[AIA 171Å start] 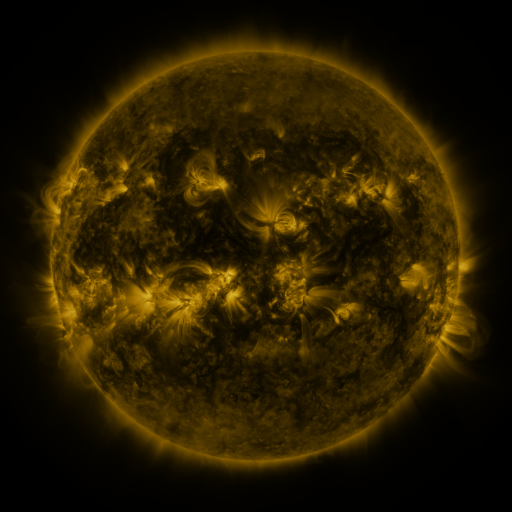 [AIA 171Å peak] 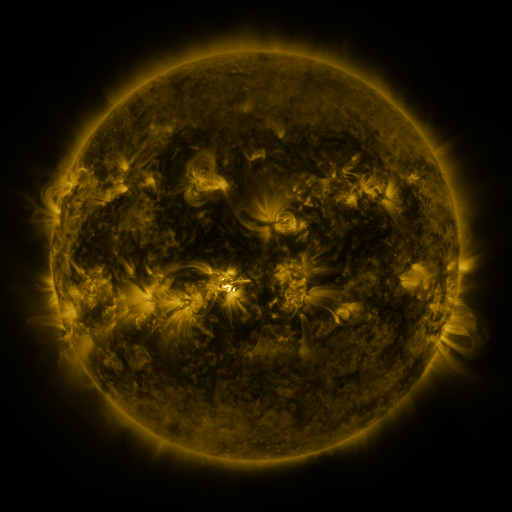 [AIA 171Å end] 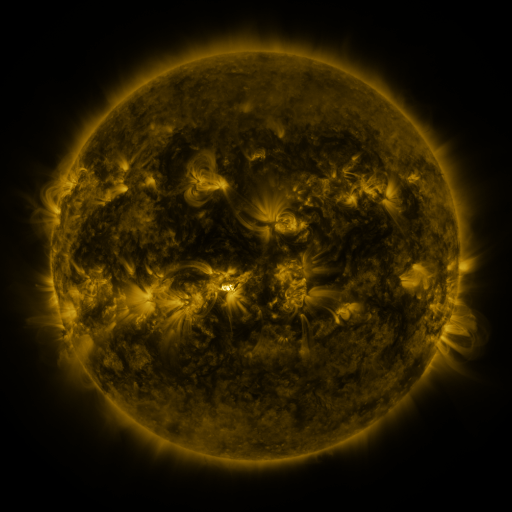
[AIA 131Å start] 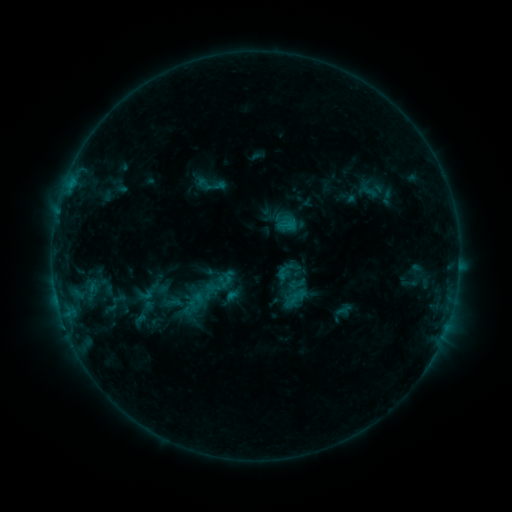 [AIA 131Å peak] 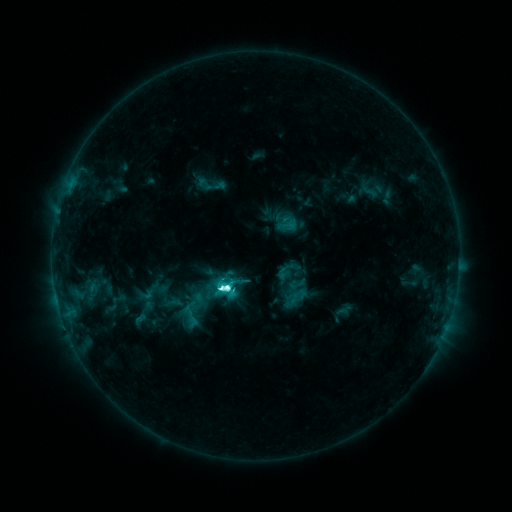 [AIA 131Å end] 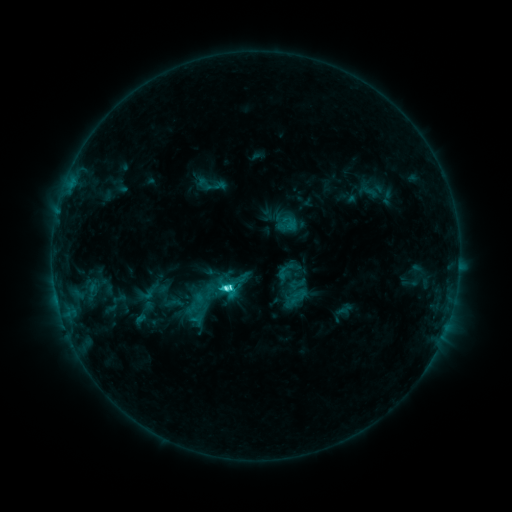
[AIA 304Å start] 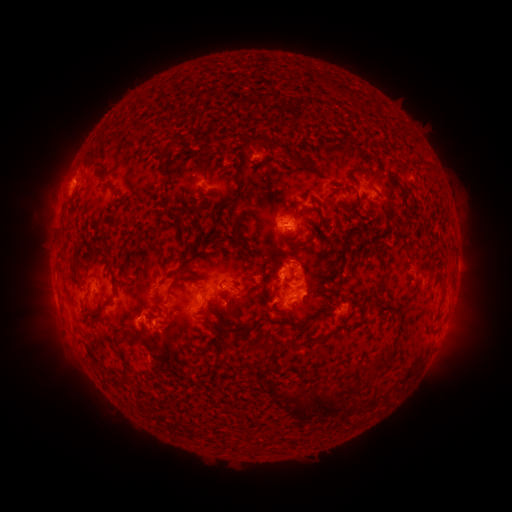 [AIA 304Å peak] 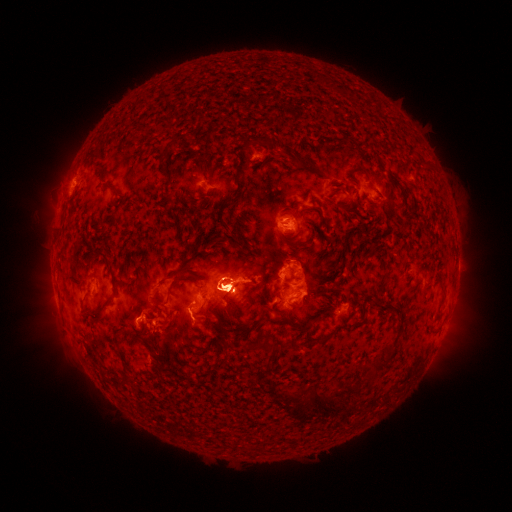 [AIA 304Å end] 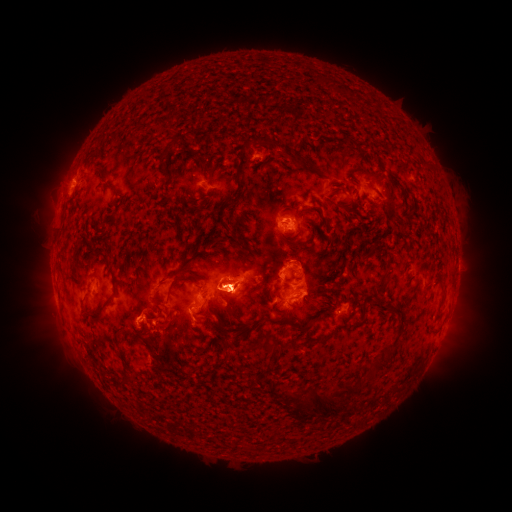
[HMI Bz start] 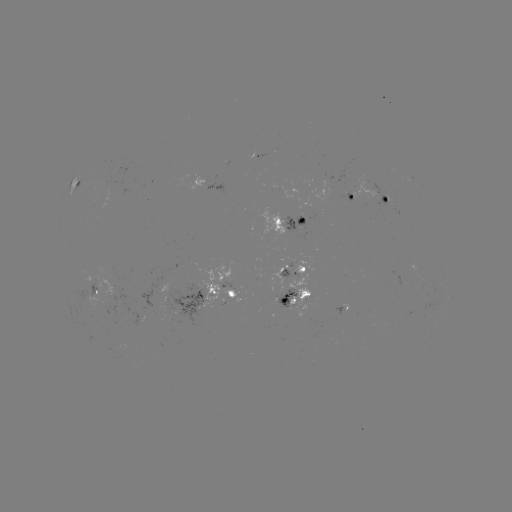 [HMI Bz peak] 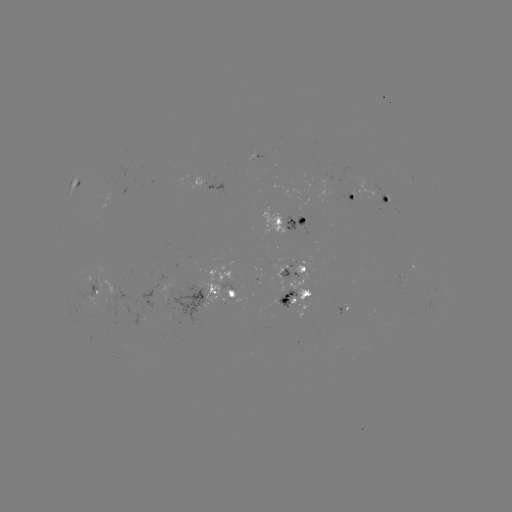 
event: flare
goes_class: M1.0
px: (225, 286)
